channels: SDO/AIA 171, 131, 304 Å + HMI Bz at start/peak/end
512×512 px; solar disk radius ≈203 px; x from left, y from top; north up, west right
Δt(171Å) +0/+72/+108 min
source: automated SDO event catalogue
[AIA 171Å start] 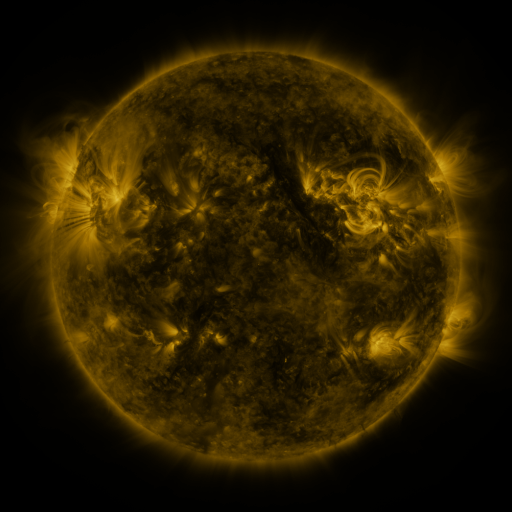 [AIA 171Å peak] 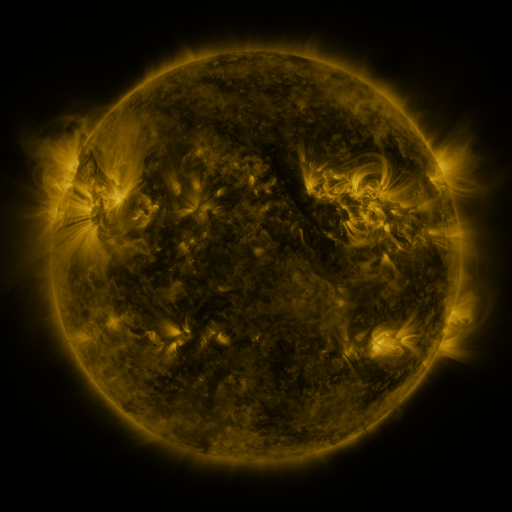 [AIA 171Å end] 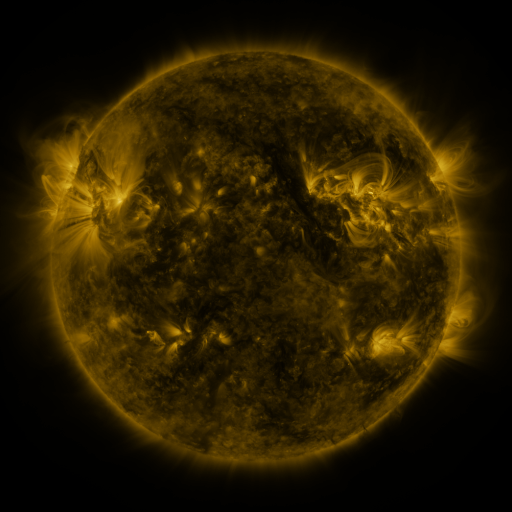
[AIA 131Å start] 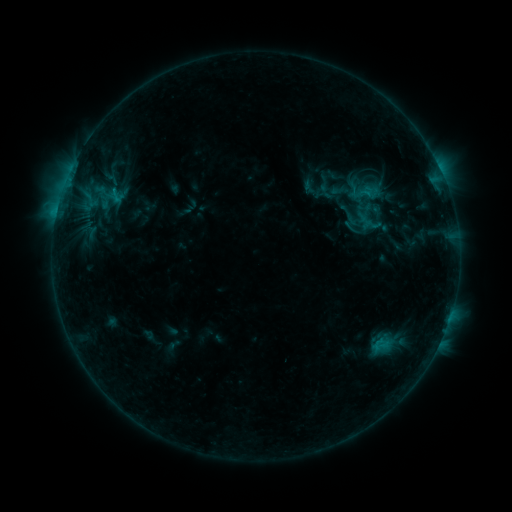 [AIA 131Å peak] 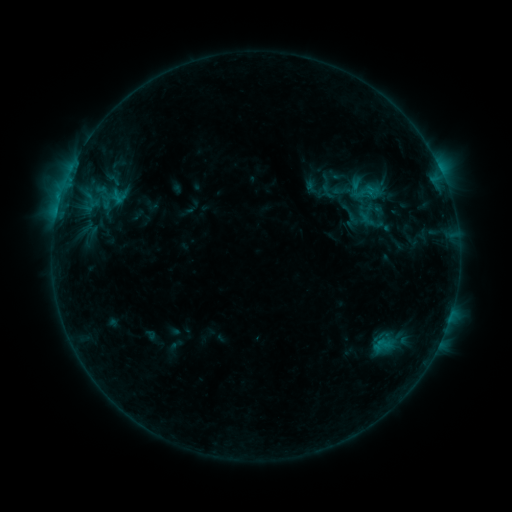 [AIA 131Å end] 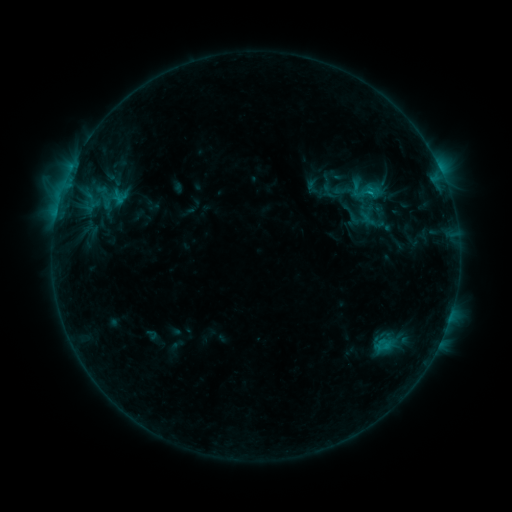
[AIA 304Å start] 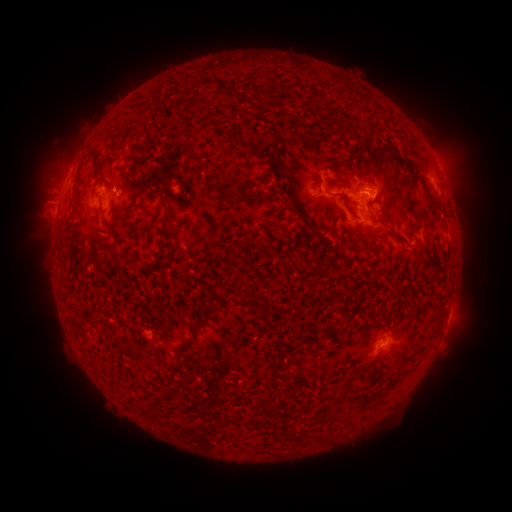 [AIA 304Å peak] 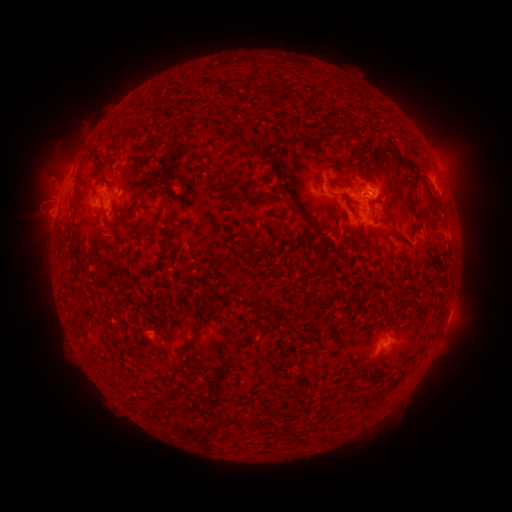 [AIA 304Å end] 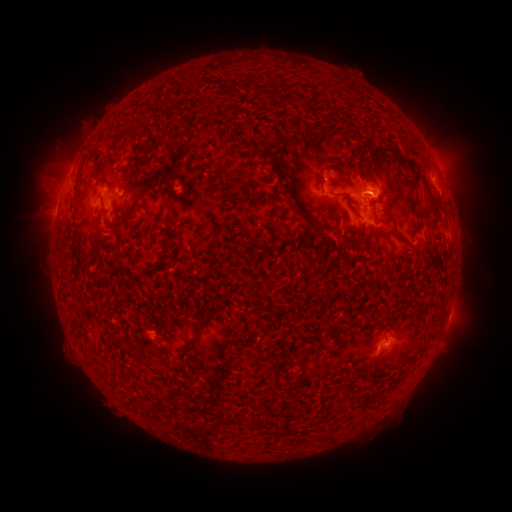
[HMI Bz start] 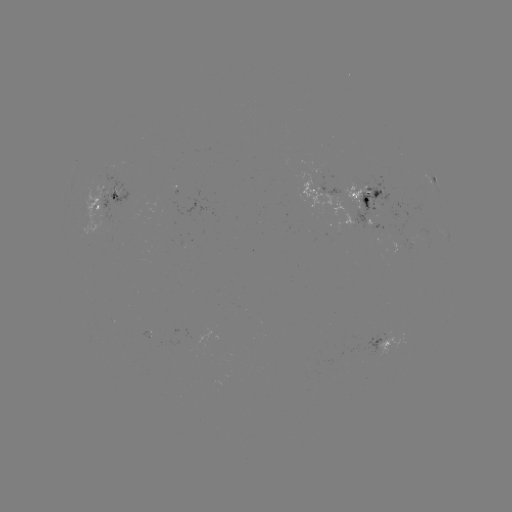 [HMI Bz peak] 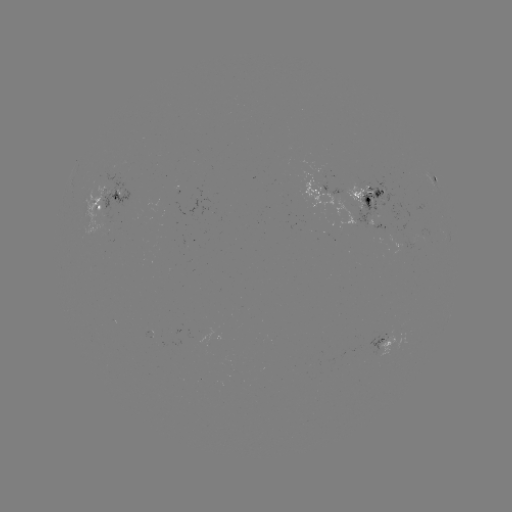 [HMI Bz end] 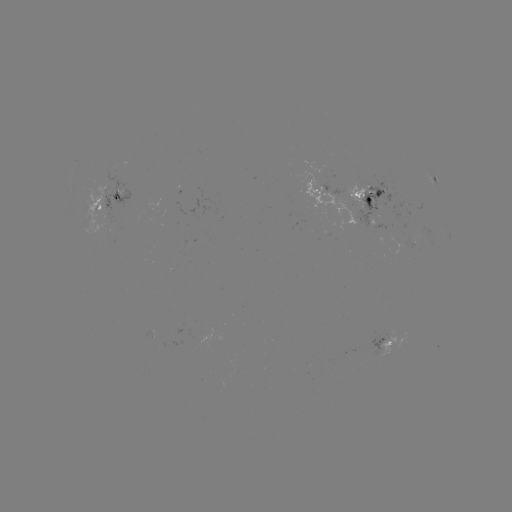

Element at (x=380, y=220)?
emerging-flux region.